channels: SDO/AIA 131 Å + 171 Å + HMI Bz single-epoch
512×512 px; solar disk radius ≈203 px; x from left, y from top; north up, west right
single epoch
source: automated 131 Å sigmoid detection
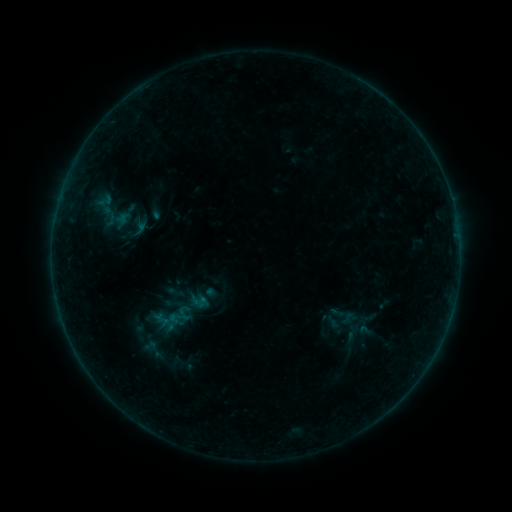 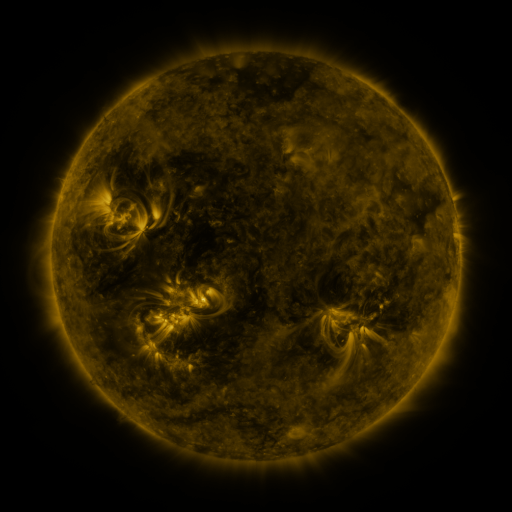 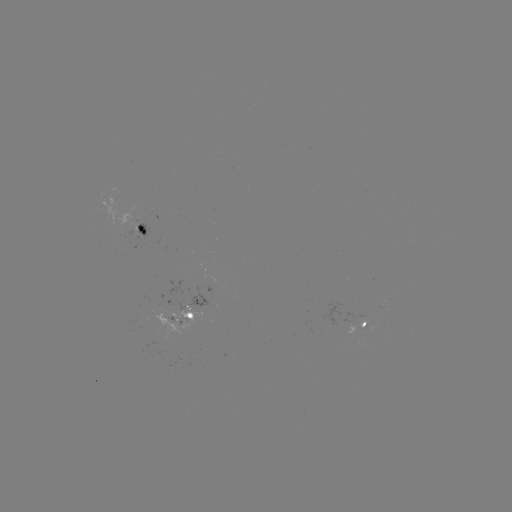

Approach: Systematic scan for sigmoid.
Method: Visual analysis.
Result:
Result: sigmoid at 175,292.